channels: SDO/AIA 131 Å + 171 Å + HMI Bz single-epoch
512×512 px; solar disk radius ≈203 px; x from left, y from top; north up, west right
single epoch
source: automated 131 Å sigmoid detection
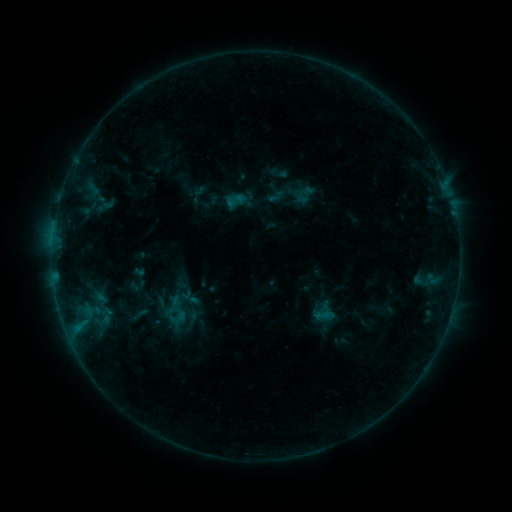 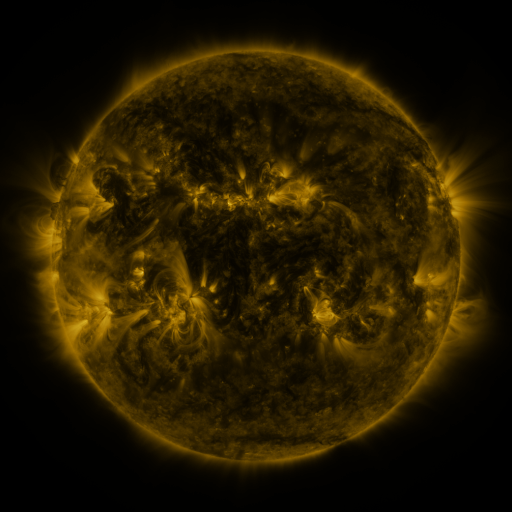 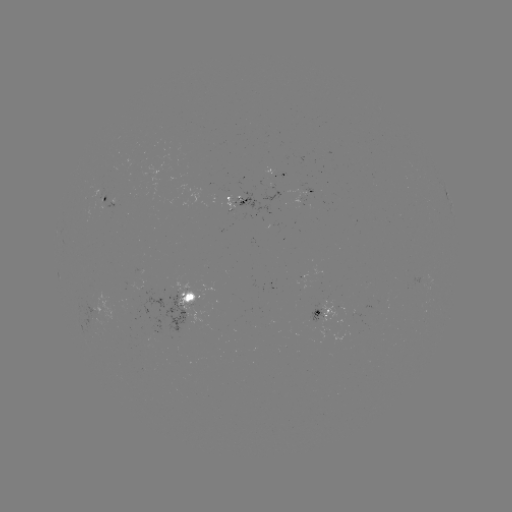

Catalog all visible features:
sigmoid: (175, 311)
sigmoid: (106, 315)
